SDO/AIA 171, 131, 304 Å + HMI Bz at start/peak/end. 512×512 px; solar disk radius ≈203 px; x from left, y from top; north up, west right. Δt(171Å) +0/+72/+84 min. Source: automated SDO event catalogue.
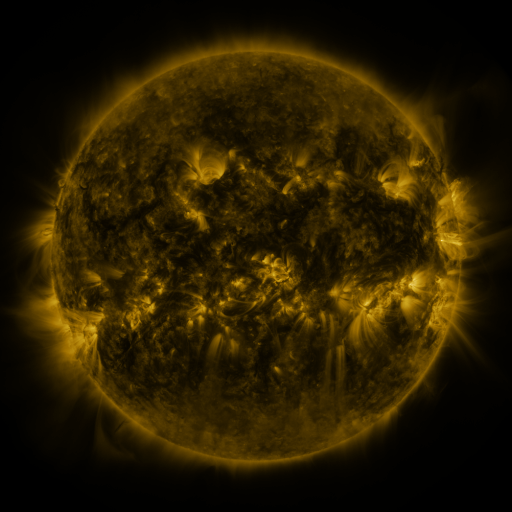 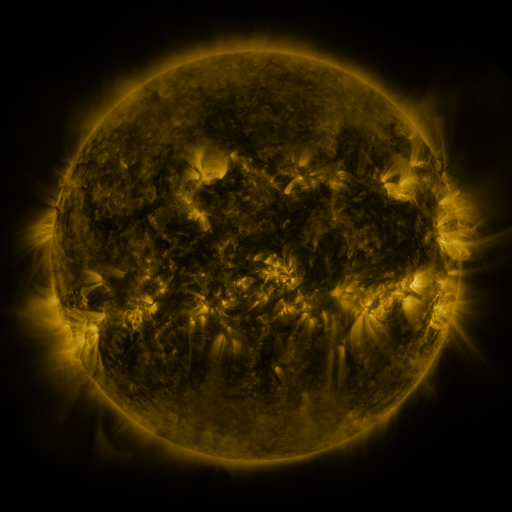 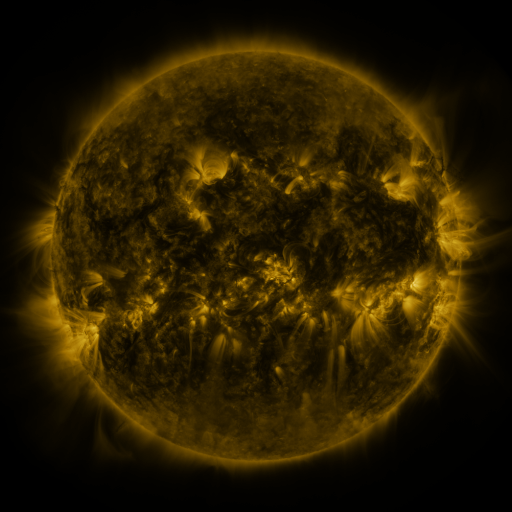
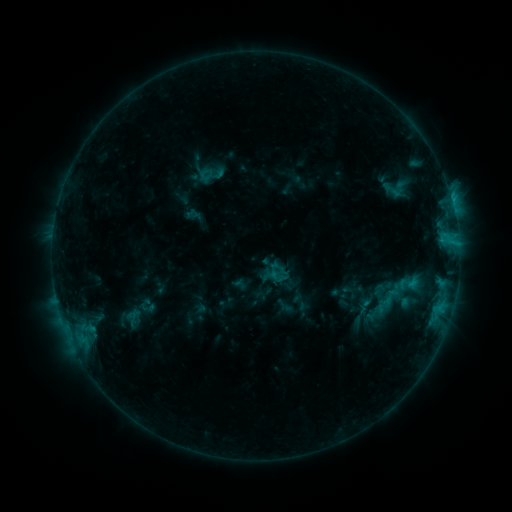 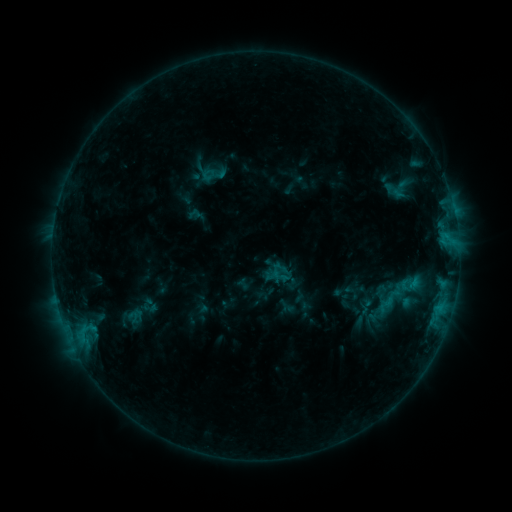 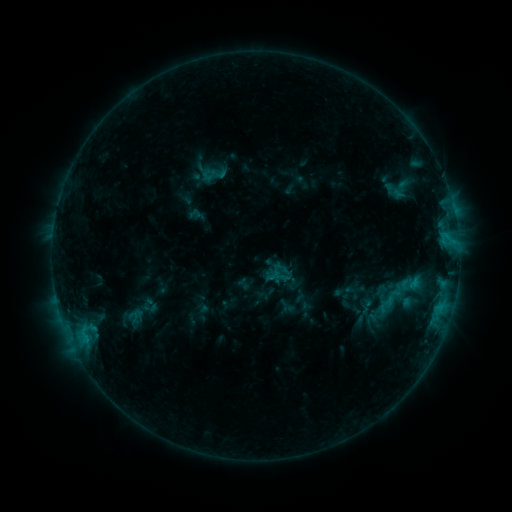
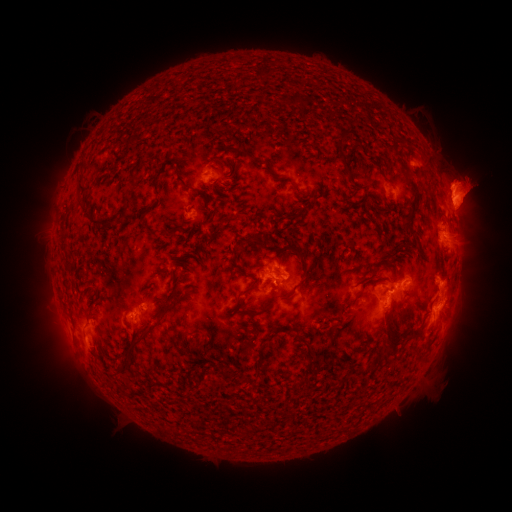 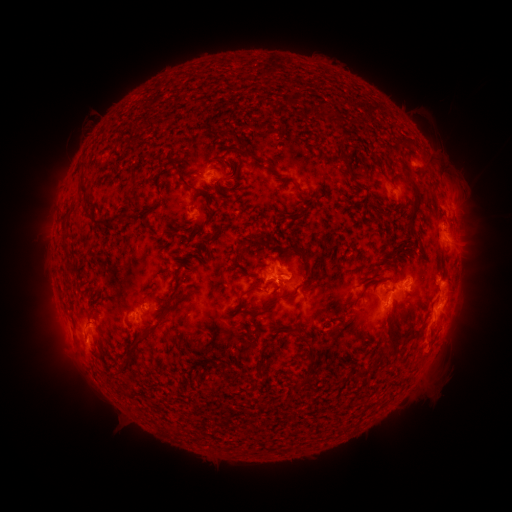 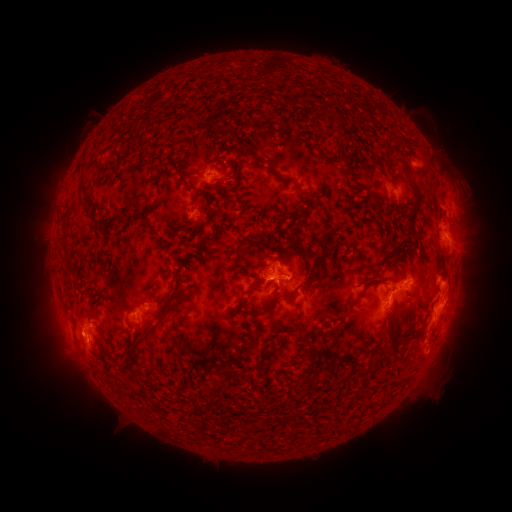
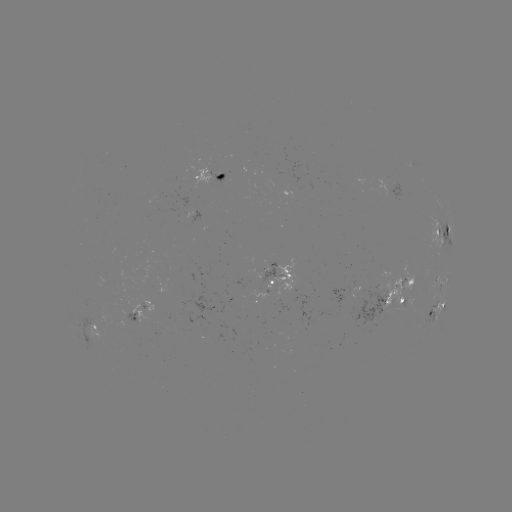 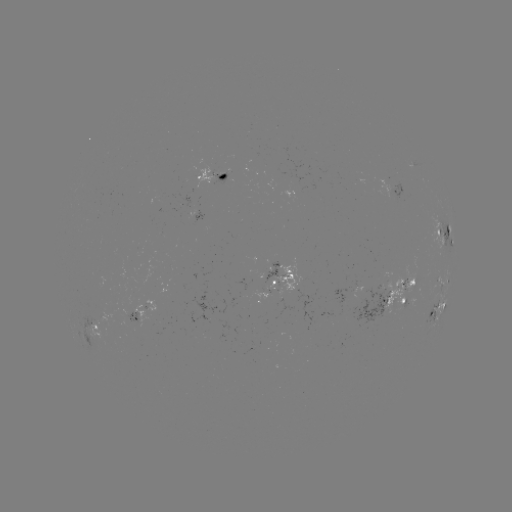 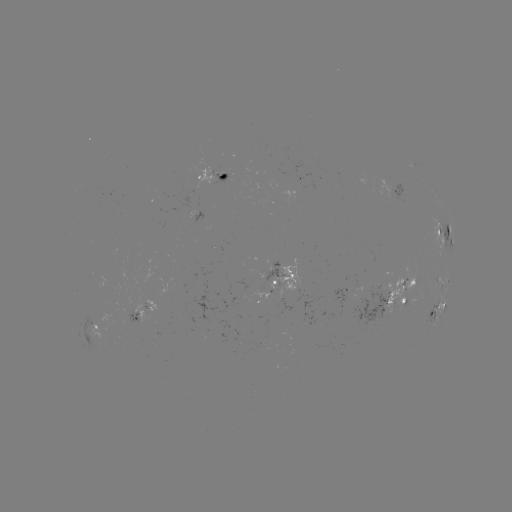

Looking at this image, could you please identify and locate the emerging-flux region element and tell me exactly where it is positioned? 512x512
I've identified emerging-flux region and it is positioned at [400, 288].